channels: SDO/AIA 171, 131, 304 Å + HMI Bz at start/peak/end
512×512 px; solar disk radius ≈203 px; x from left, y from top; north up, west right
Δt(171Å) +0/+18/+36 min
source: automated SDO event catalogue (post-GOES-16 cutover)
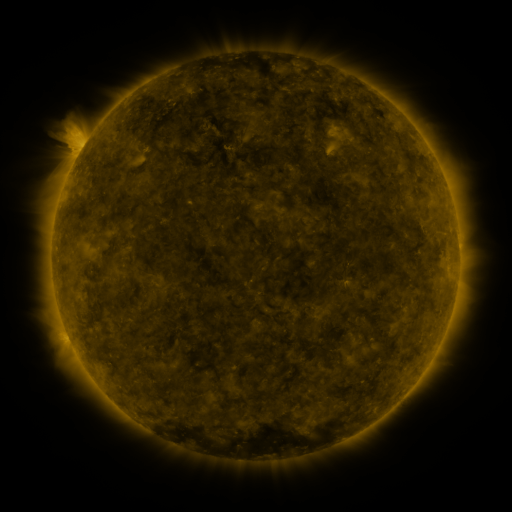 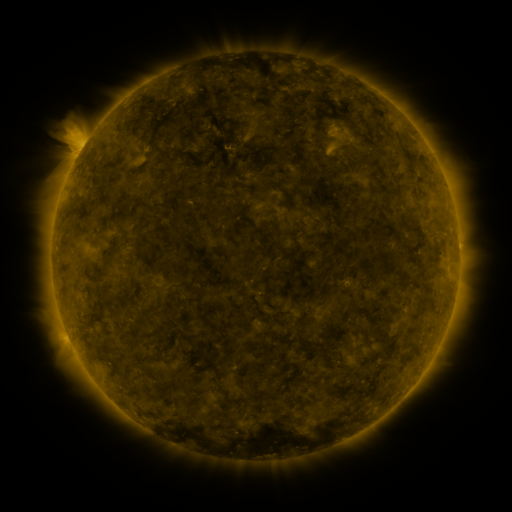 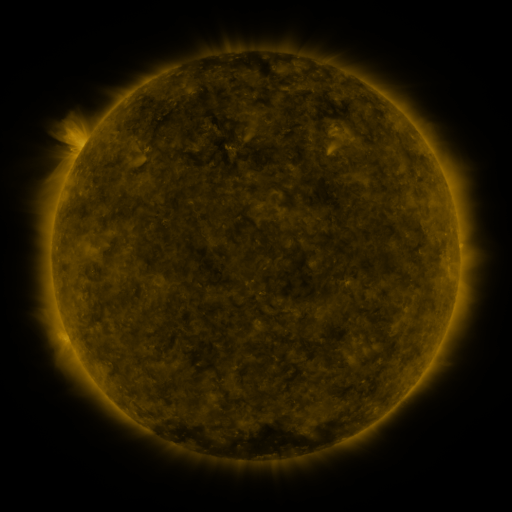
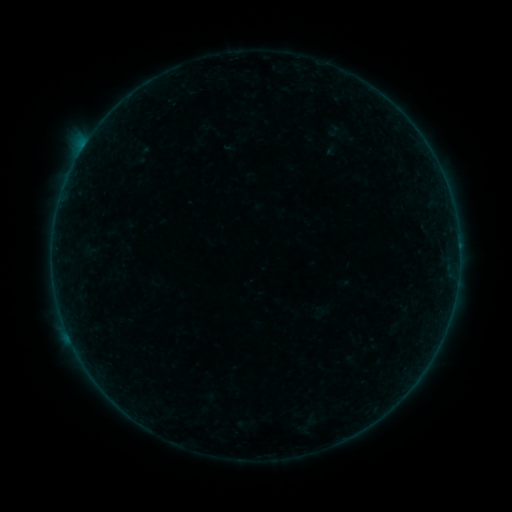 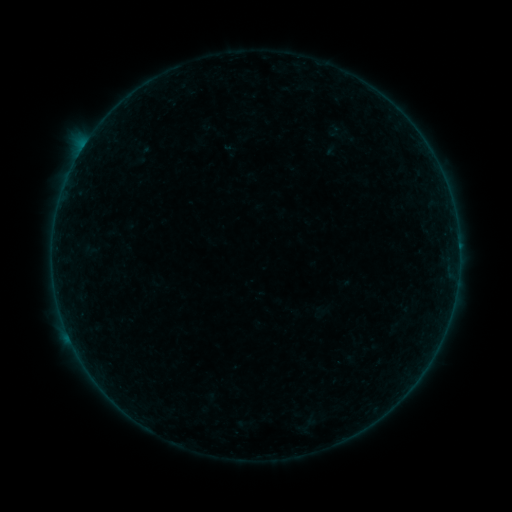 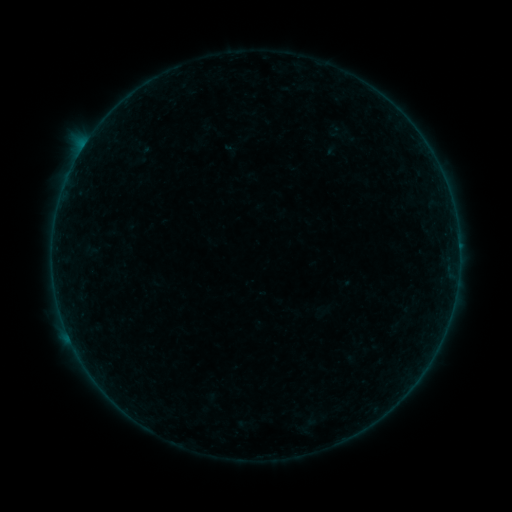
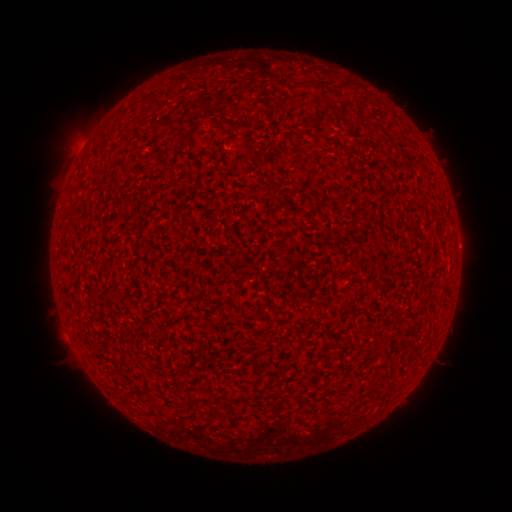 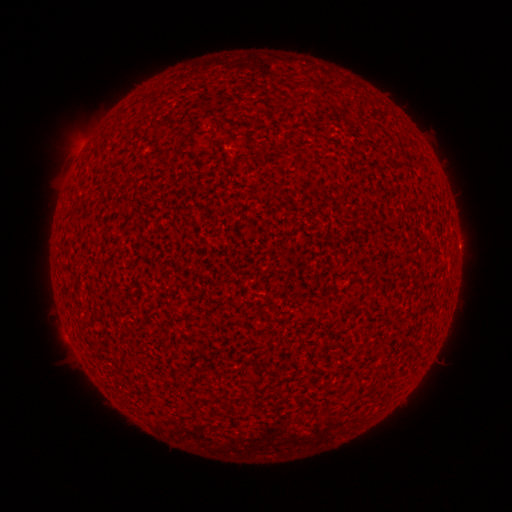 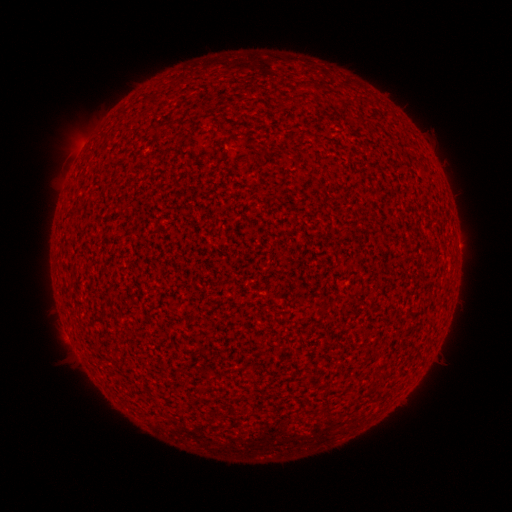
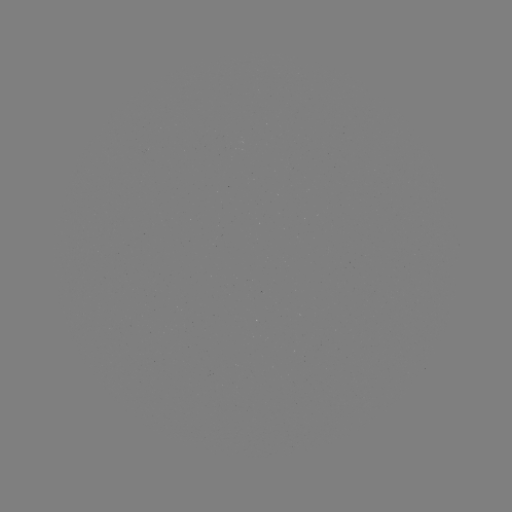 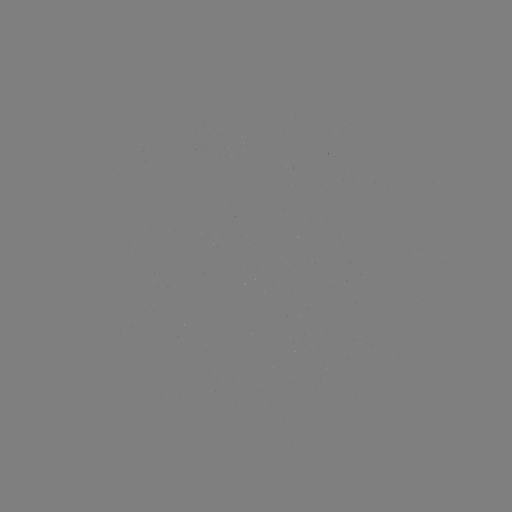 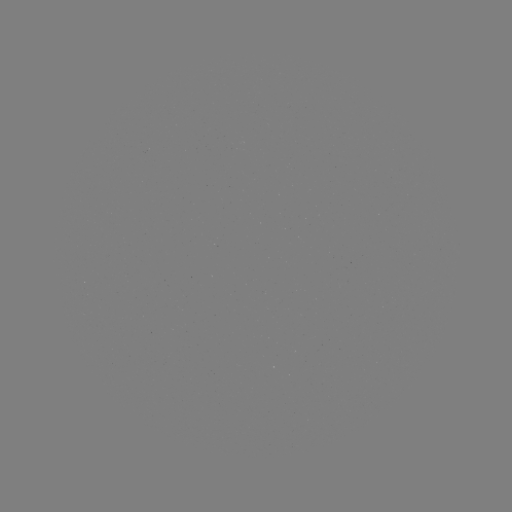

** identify A3.8 flare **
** (81, 151) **